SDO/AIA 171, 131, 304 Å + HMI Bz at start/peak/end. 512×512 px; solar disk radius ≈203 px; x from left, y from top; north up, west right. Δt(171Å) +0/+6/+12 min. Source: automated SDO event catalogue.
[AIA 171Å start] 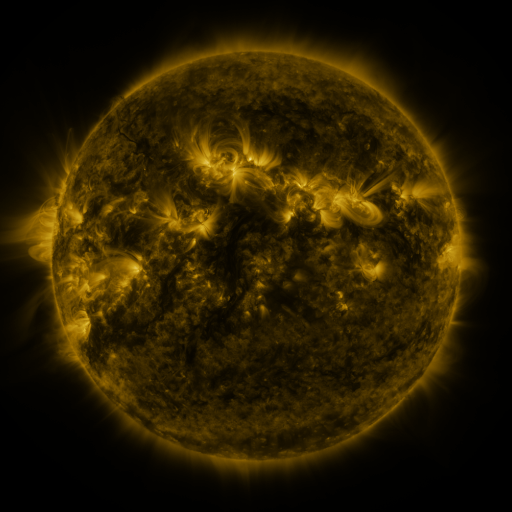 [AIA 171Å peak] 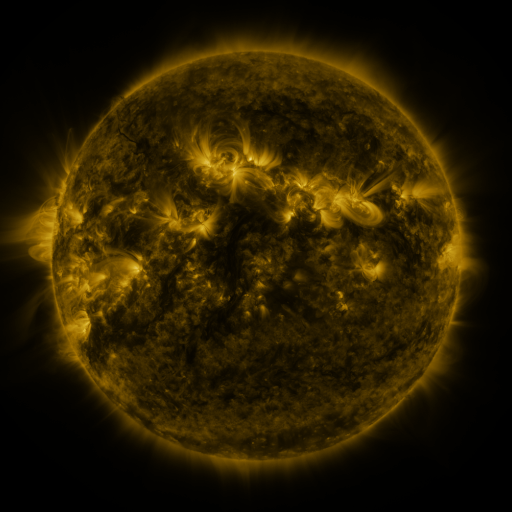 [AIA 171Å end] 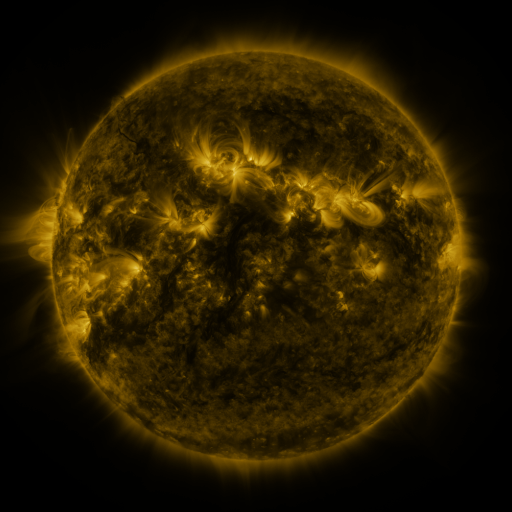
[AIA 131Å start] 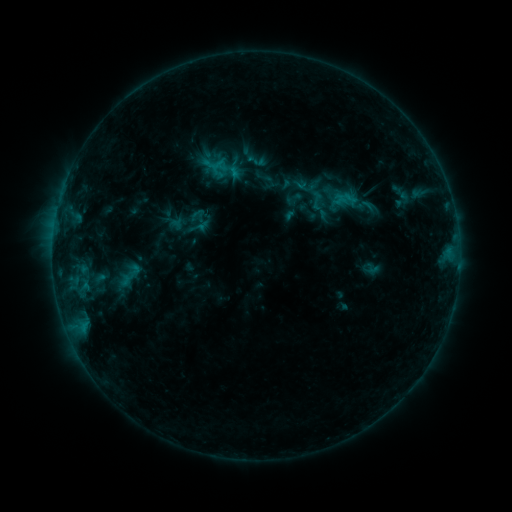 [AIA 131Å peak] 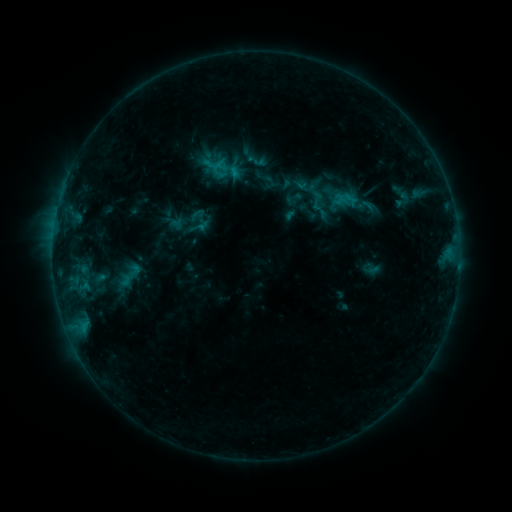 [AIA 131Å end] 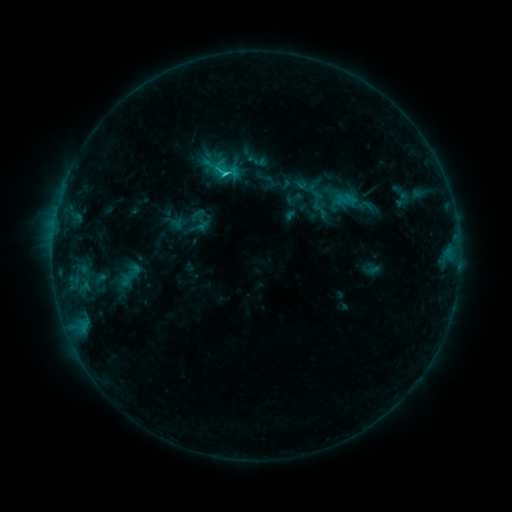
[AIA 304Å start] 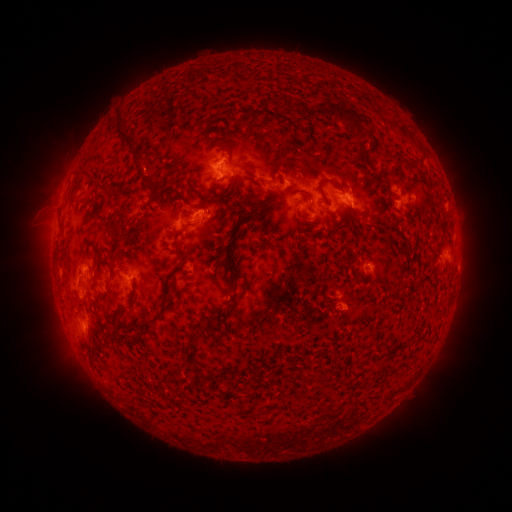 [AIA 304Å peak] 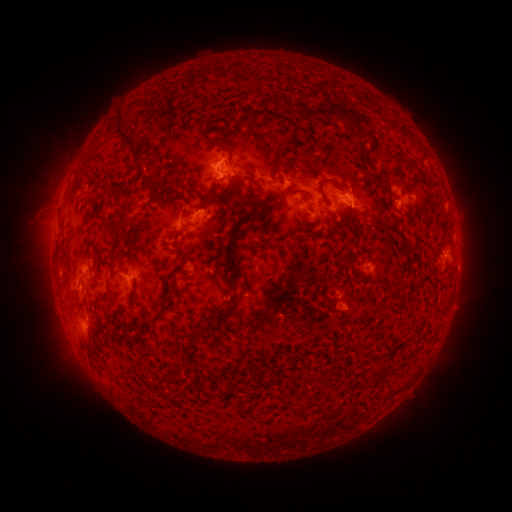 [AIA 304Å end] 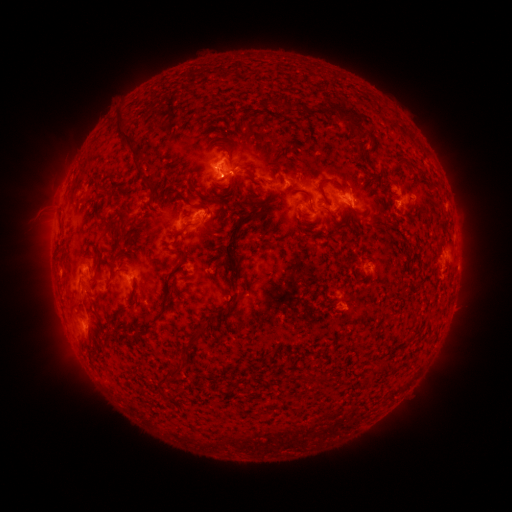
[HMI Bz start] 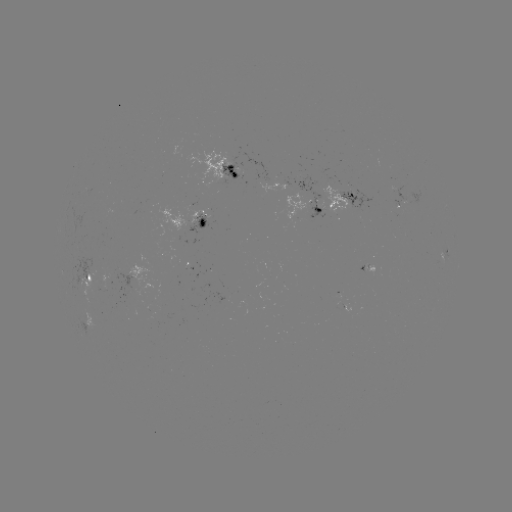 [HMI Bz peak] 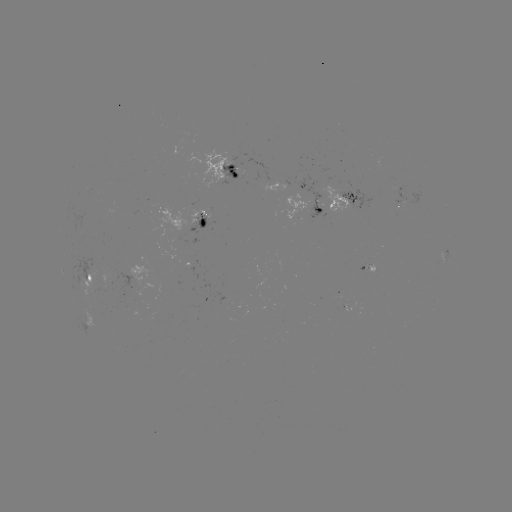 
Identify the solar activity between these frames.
C1.5 flare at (225, 178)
